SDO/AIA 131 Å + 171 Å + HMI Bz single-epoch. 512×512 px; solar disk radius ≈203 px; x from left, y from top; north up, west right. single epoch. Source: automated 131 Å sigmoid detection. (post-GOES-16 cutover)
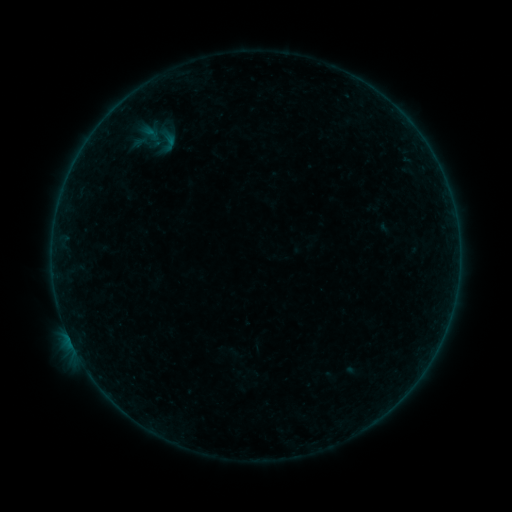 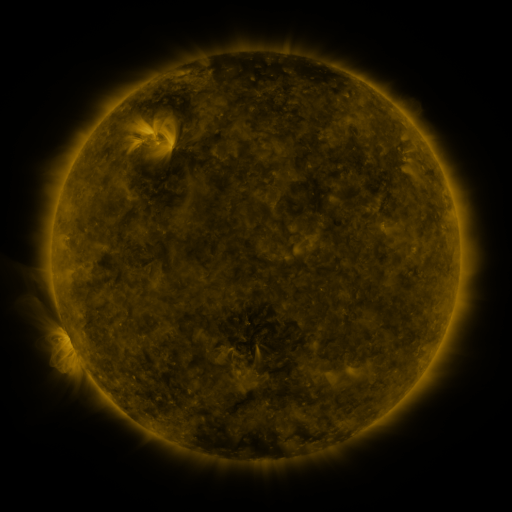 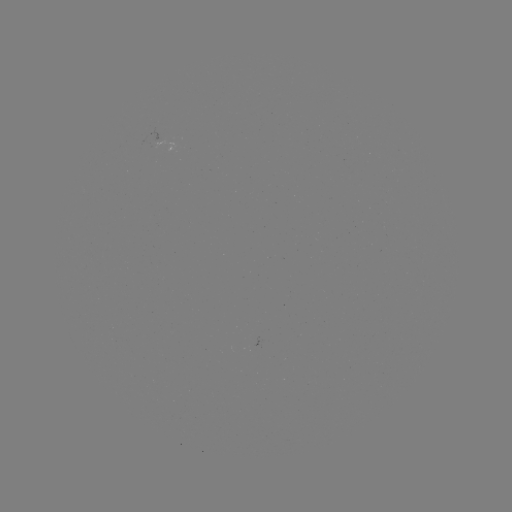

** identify sigmoid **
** [168, 141] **